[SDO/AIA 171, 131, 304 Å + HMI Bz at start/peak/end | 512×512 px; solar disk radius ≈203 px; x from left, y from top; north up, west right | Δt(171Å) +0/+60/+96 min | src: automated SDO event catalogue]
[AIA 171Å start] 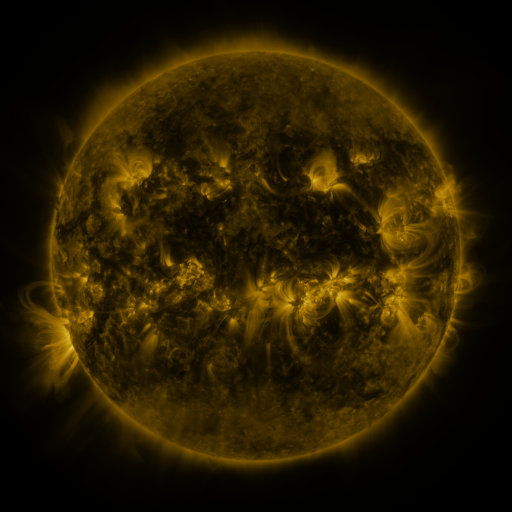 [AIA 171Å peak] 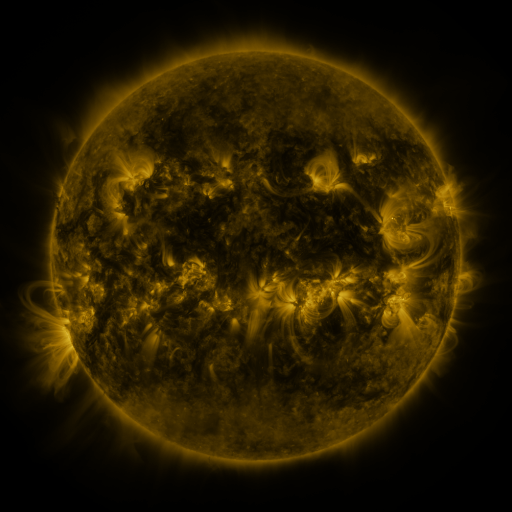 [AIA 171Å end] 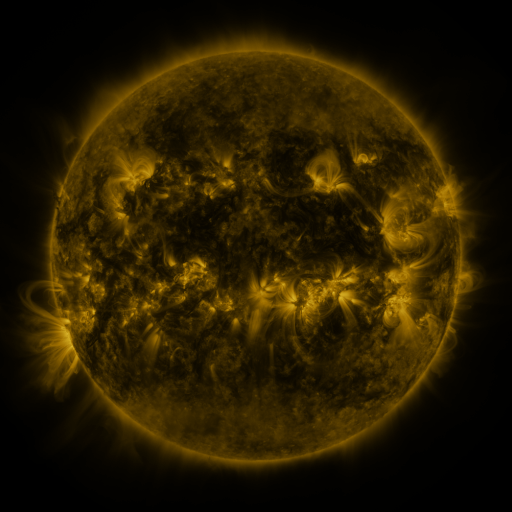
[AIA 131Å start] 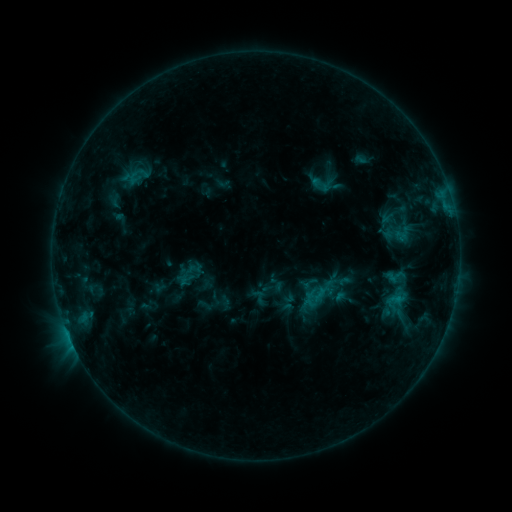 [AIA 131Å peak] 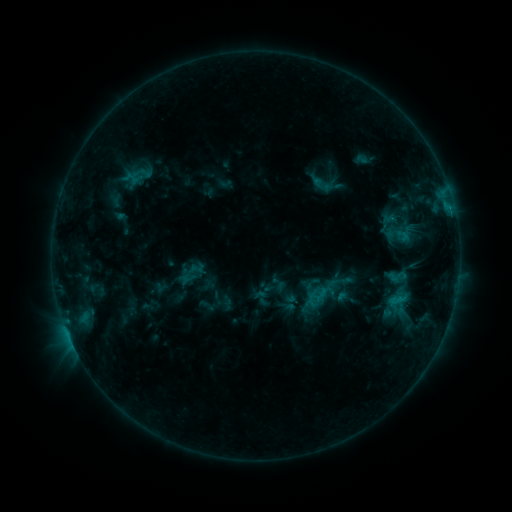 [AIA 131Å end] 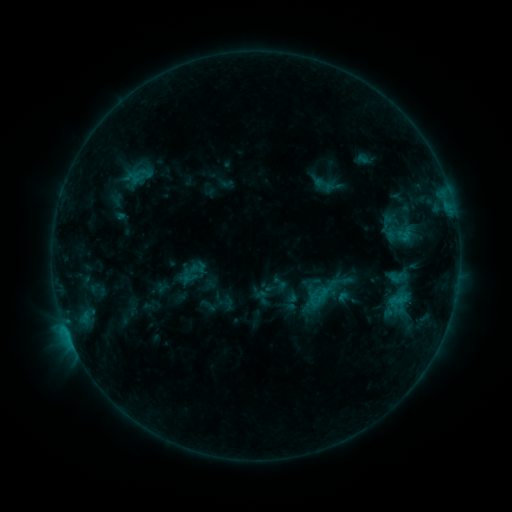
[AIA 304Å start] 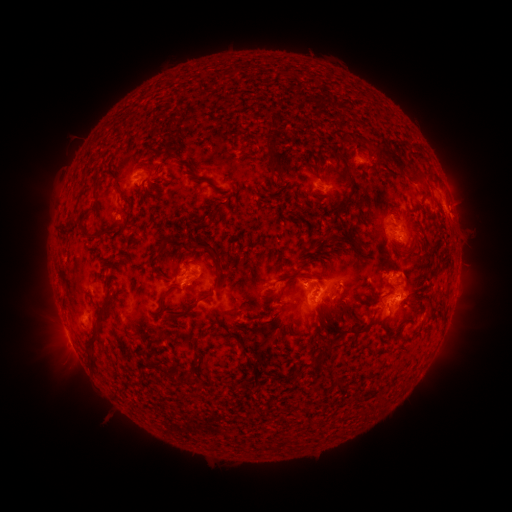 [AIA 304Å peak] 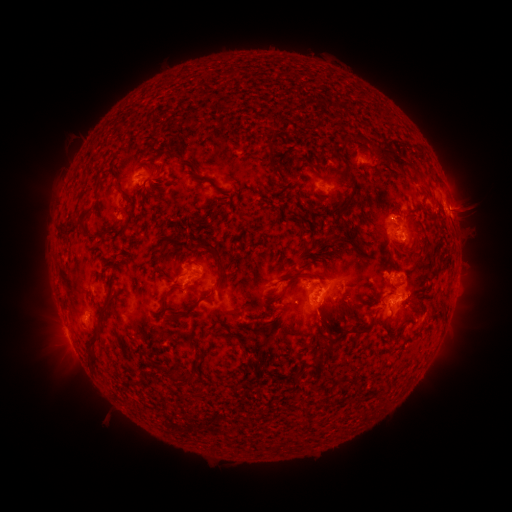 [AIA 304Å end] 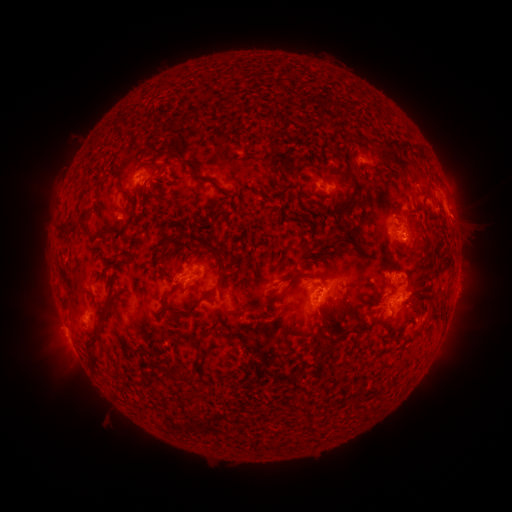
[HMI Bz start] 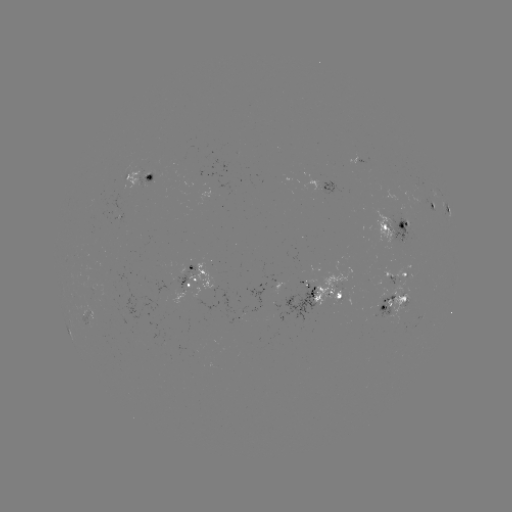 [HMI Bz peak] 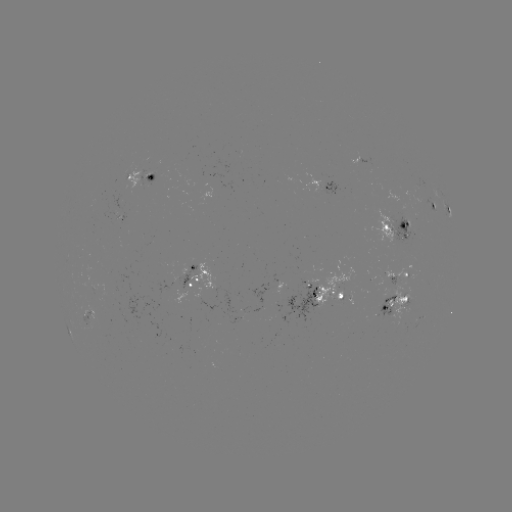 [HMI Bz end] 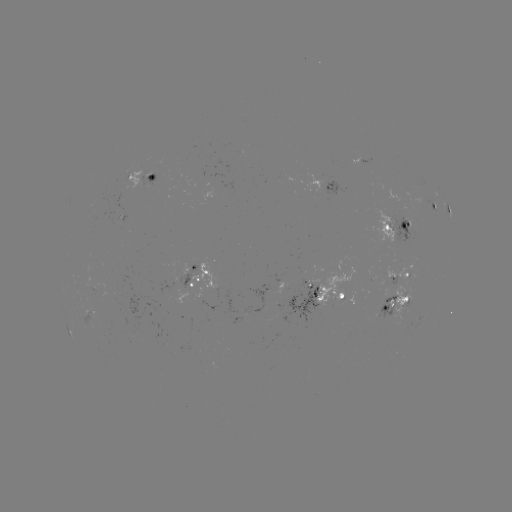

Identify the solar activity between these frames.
emerging-flux region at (197, 176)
